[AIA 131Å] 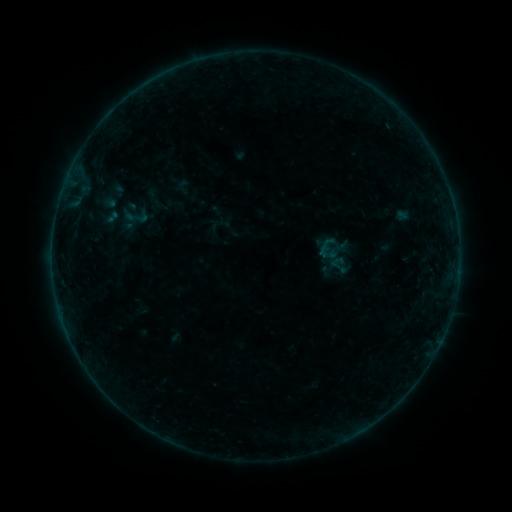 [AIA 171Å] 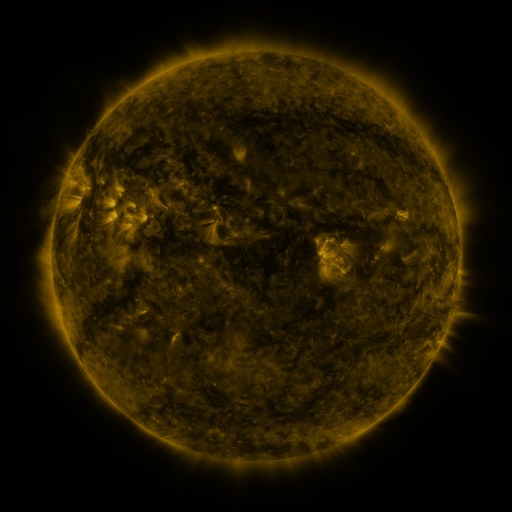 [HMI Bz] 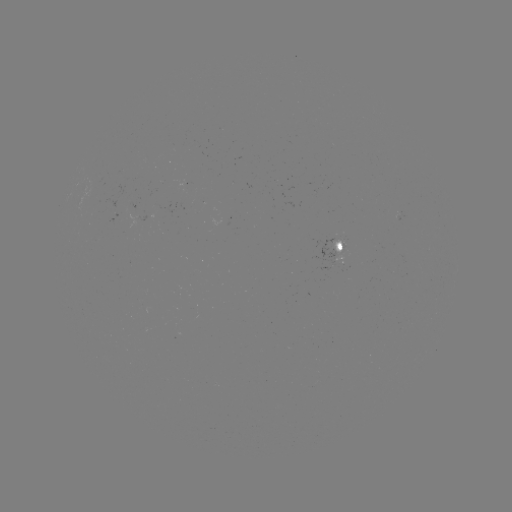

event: sigmoid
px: (339, 266)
